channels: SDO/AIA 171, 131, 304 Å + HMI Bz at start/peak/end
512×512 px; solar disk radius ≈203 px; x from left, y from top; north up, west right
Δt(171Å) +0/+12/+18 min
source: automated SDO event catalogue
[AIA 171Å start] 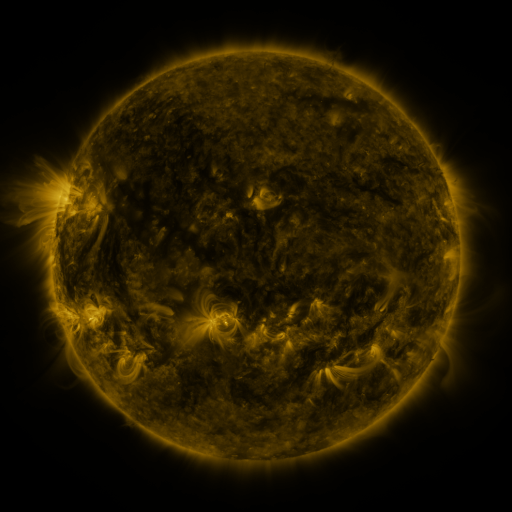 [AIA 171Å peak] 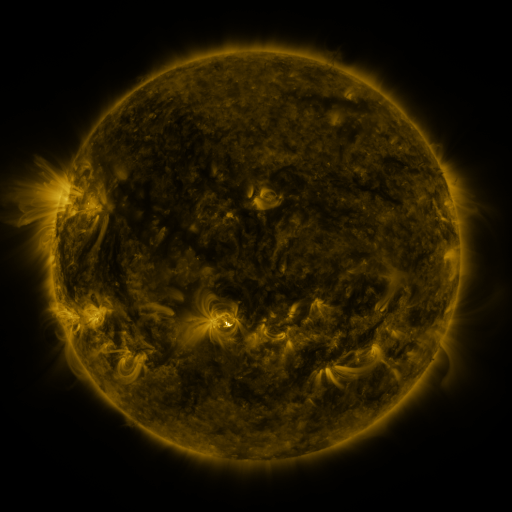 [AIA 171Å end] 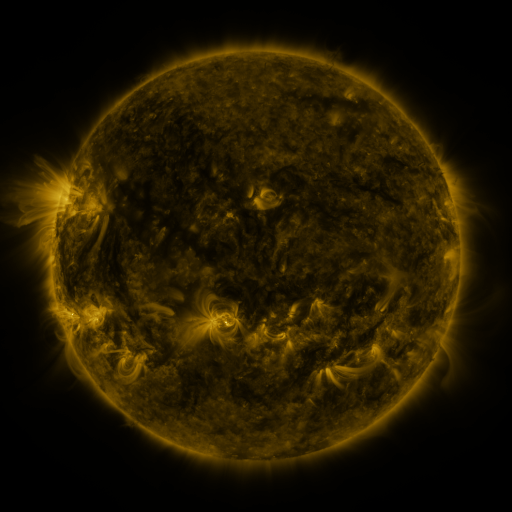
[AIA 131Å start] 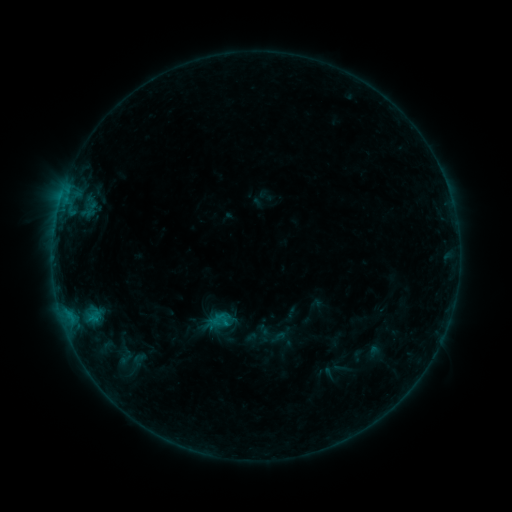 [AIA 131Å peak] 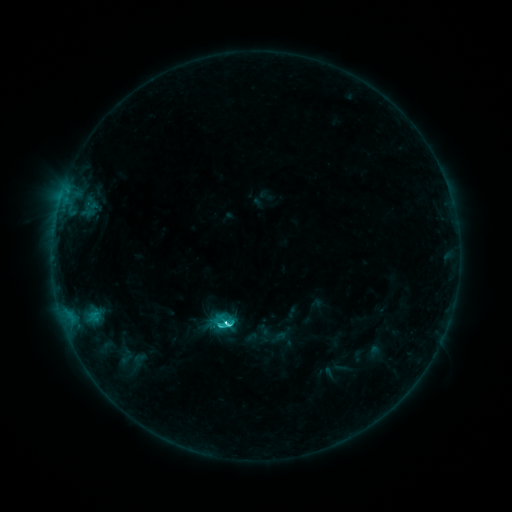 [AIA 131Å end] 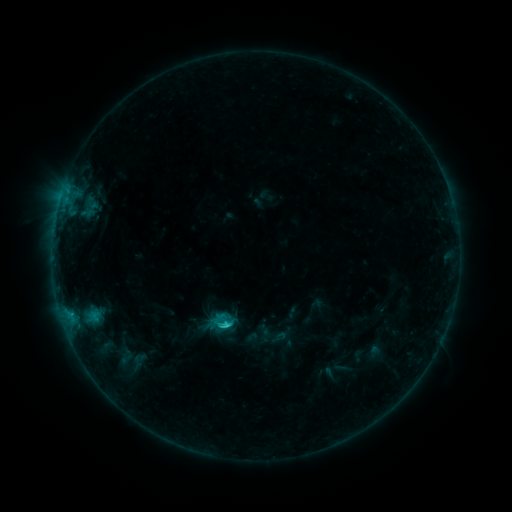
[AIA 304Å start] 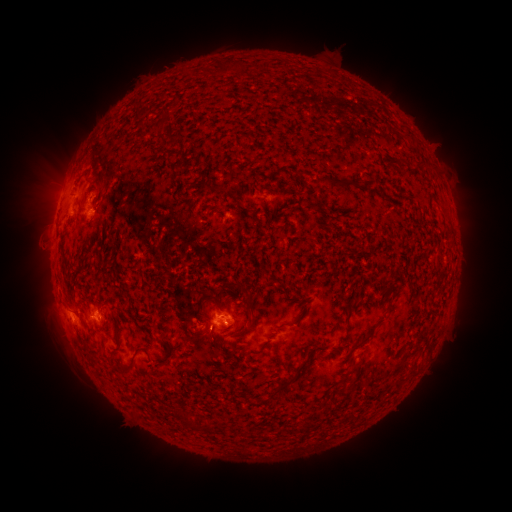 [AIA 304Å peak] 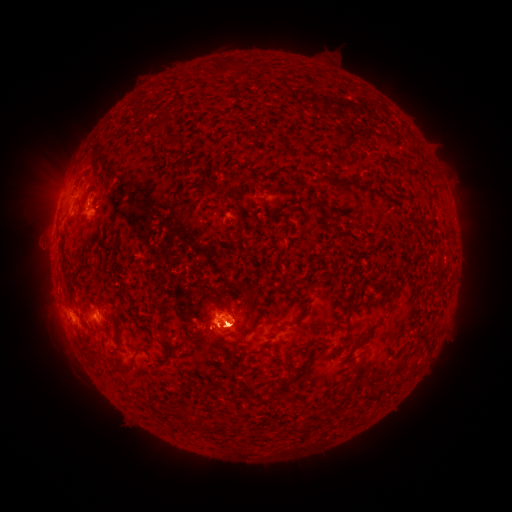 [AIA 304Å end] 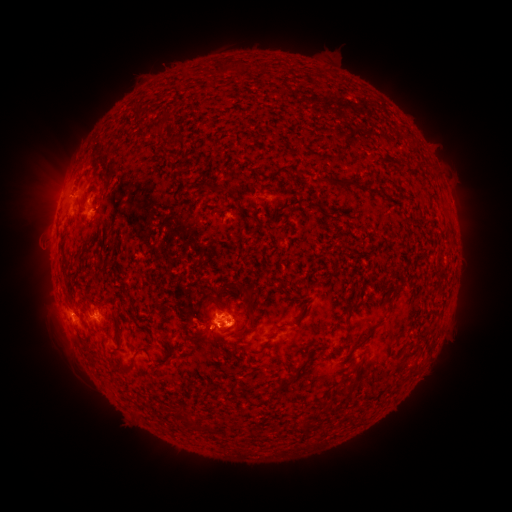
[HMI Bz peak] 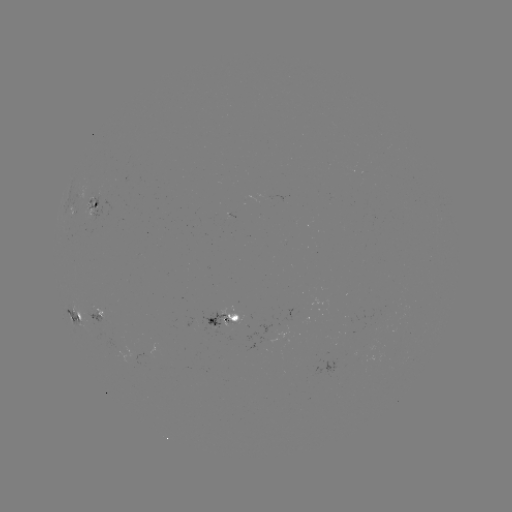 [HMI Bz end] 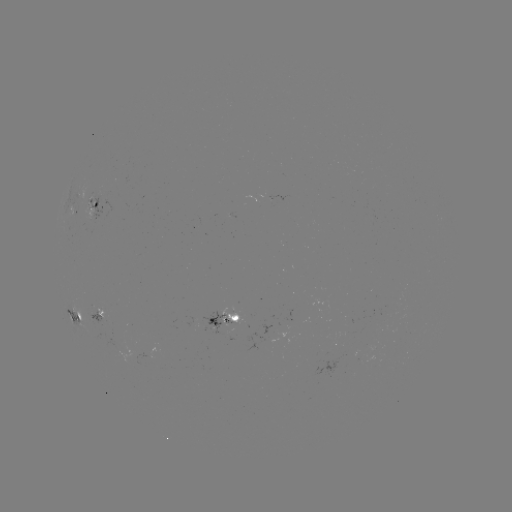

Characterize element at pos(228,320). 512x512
C4.2 flare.